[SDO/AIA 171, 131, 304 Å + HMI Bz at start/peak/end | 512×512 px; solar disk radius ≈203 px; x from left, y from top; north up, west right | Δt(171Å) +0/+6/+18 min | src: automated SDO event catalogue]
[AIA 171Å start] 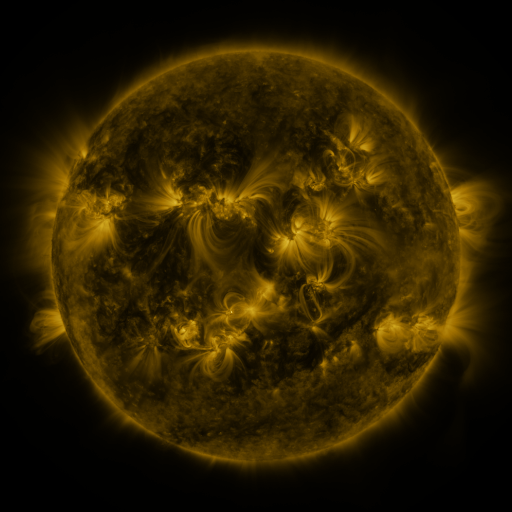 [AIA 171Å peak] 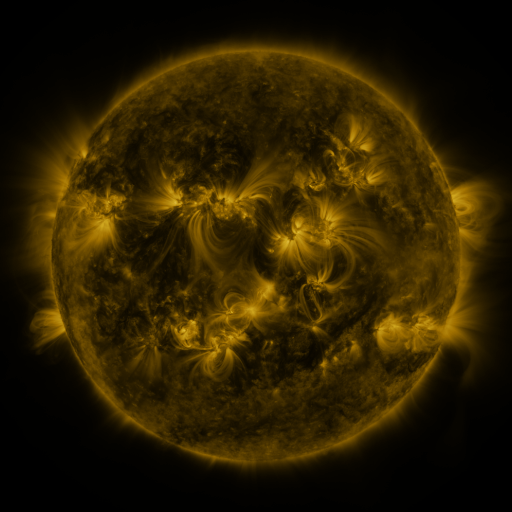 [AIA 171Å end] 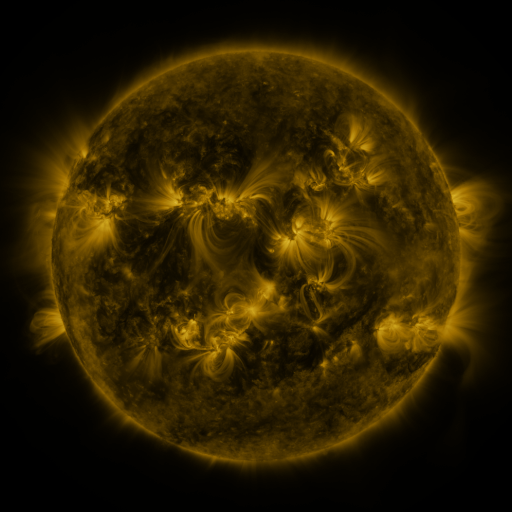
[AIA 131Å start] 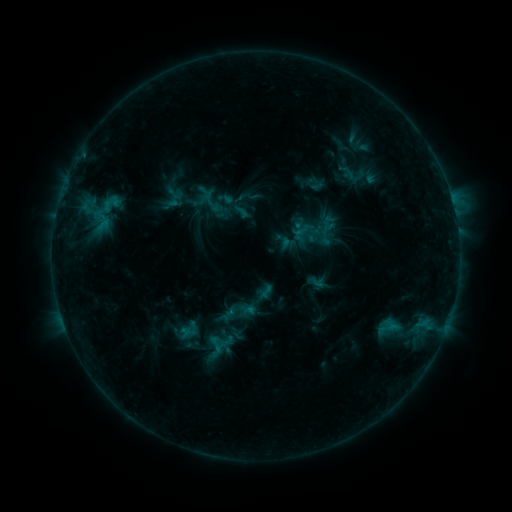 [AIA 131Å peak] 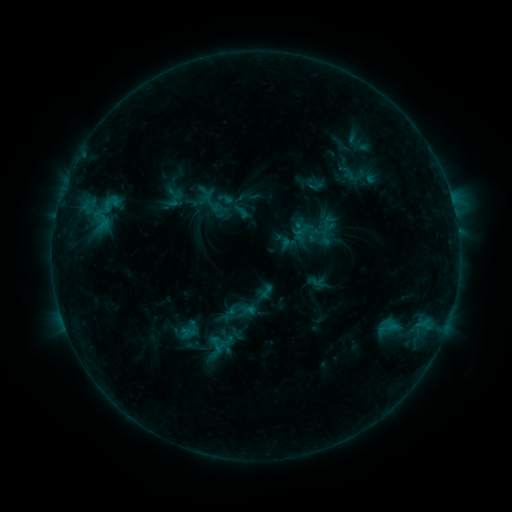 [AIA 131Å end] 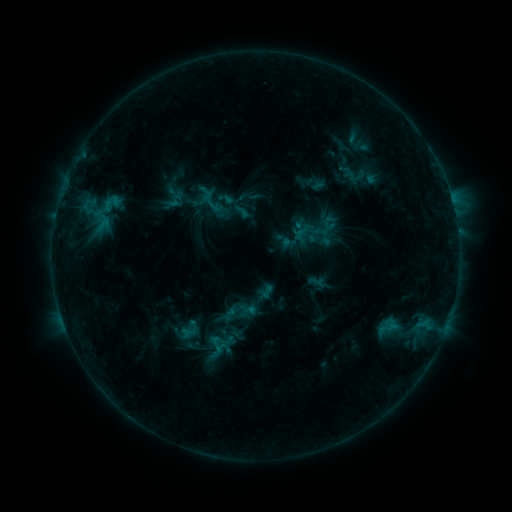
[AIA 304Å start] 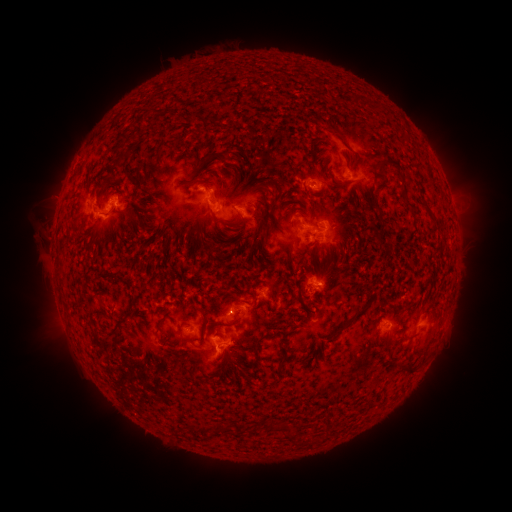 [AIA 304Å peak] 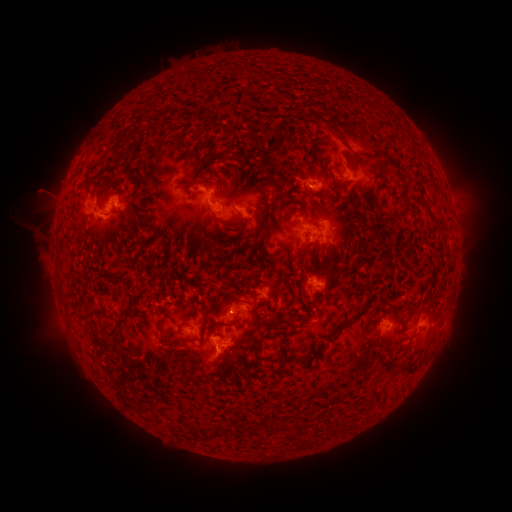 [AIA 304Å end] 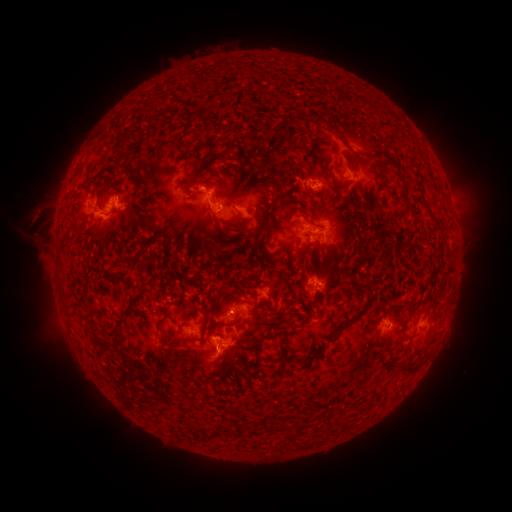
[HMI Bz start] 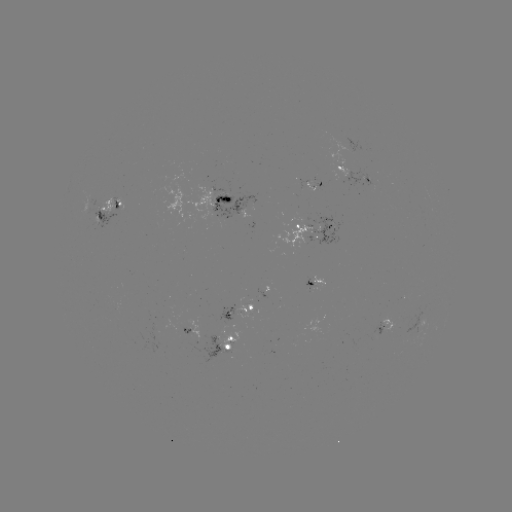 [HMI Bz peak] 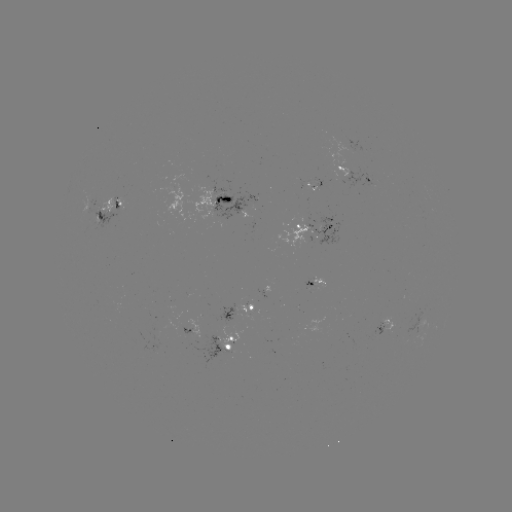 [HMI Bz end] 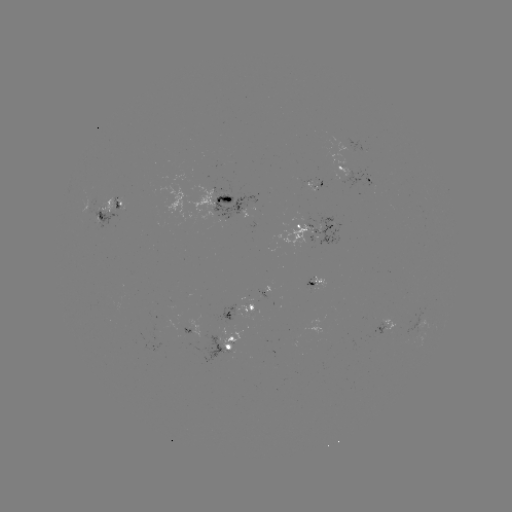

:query eruption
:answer [40, 209]